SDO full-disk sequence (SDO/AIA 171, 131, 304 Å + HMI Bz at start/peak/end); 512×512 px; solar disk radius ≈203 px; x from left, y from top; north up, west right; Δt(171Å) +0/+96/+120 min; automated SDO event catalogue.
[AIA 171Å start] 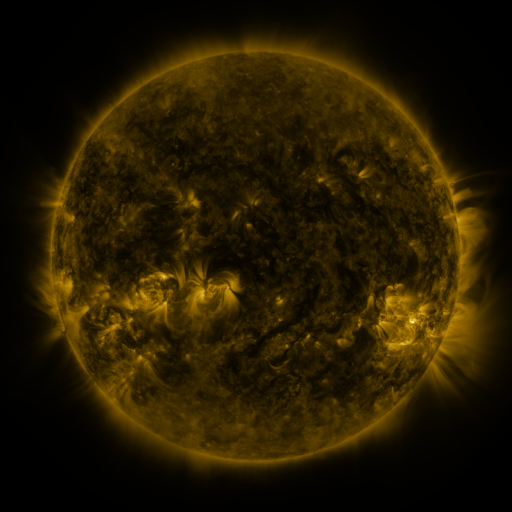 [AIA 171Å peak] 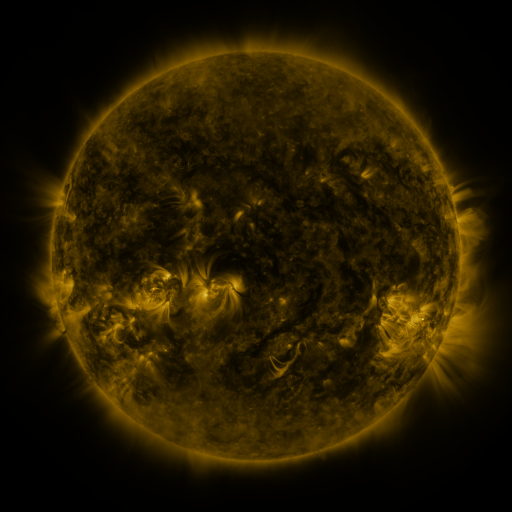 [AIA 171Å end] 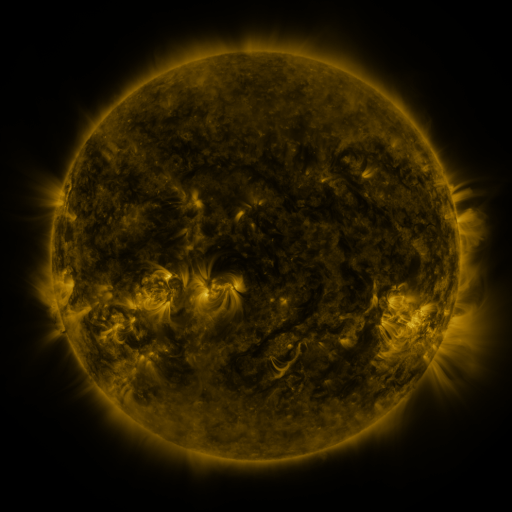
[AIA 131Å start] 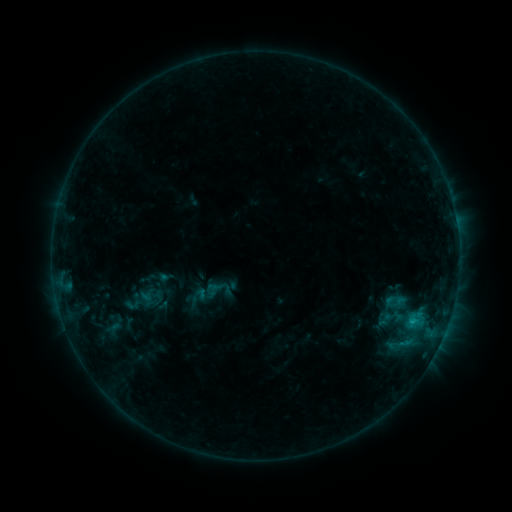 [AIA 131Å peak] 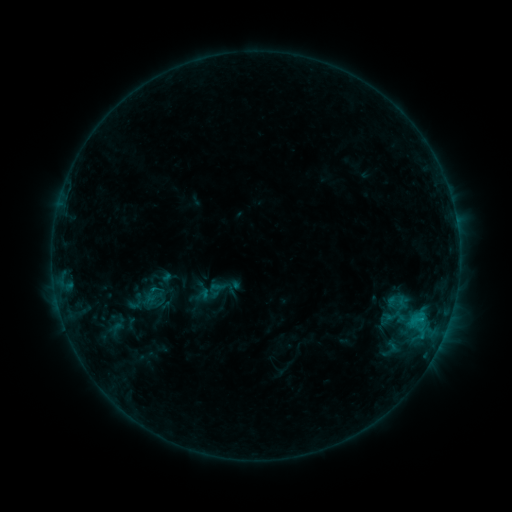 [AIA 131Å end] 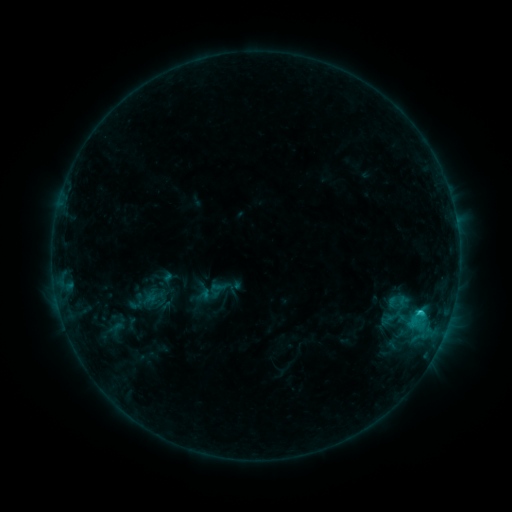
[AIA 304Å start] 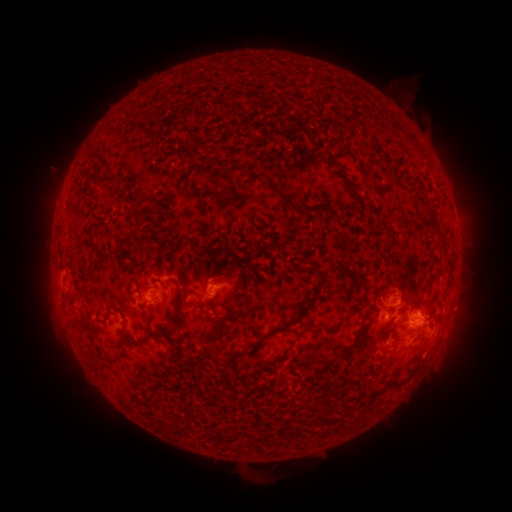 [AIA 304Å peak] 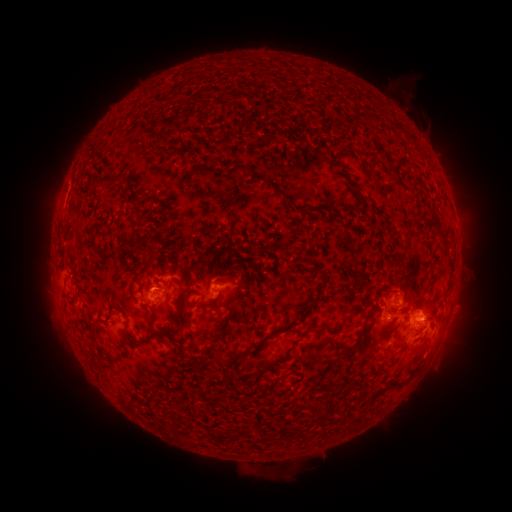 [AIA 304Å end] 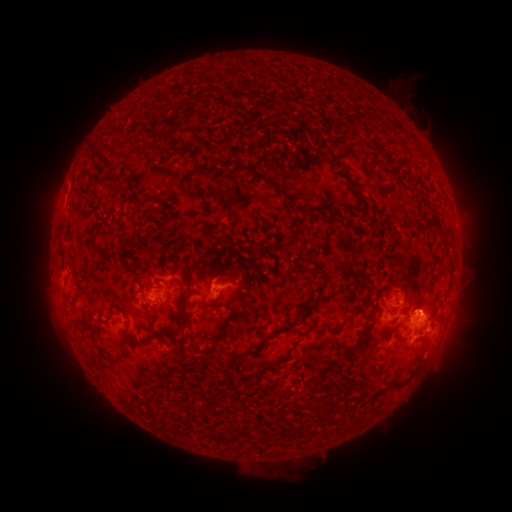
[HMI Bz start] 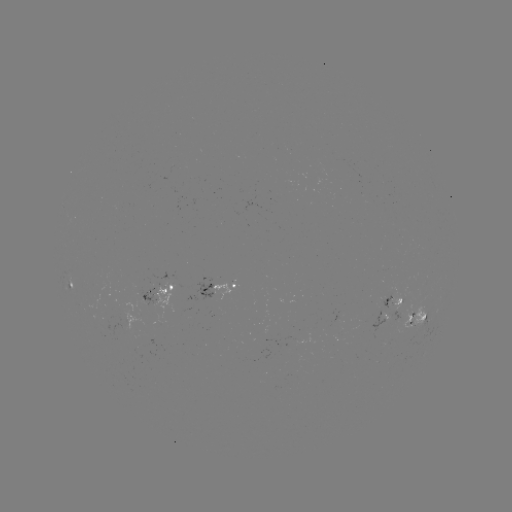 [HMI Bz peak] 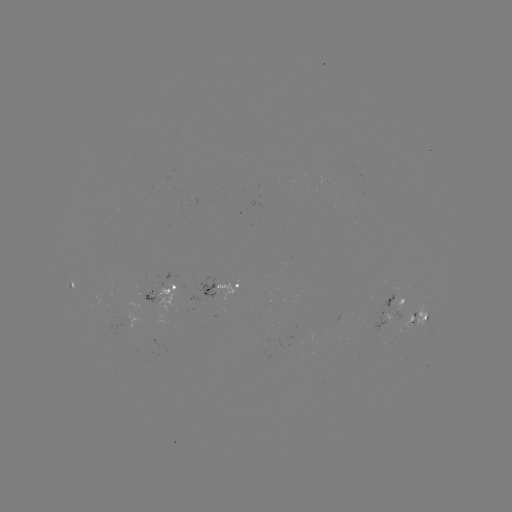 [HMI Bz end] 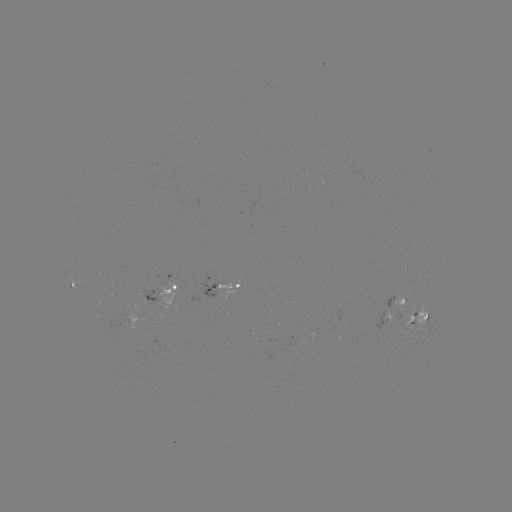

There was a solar emerging-flux region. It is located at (147, 299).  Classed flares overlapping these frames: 1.